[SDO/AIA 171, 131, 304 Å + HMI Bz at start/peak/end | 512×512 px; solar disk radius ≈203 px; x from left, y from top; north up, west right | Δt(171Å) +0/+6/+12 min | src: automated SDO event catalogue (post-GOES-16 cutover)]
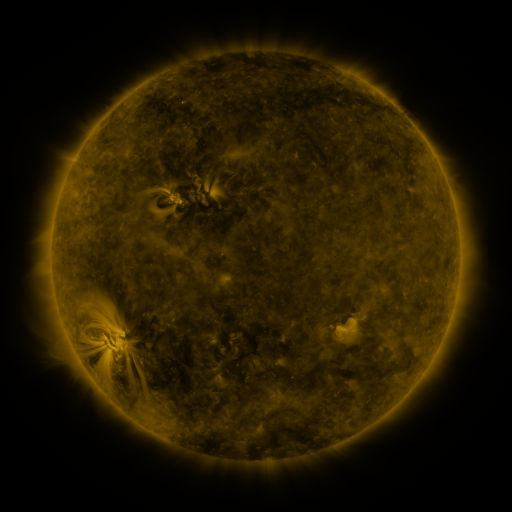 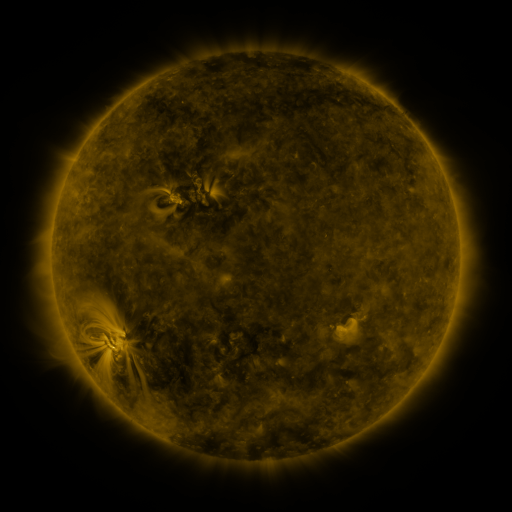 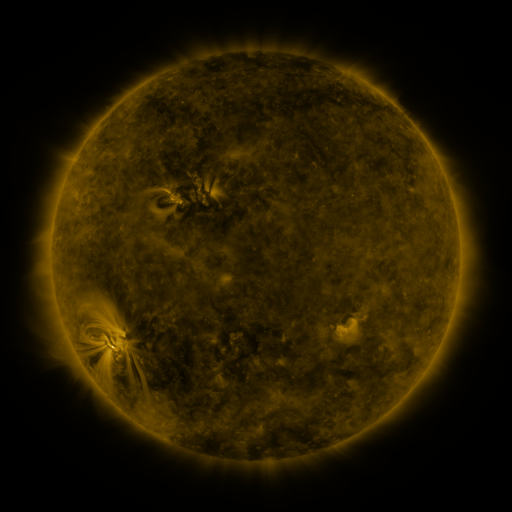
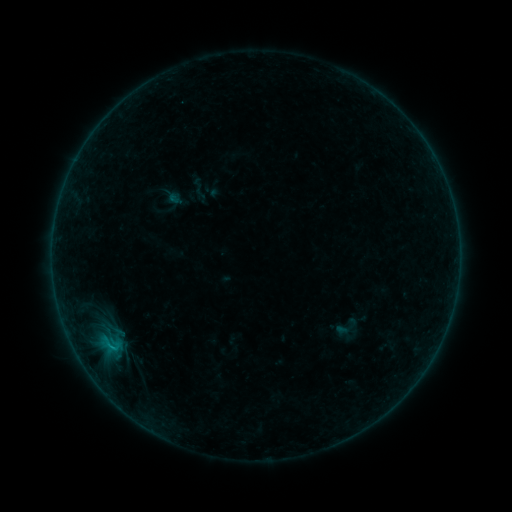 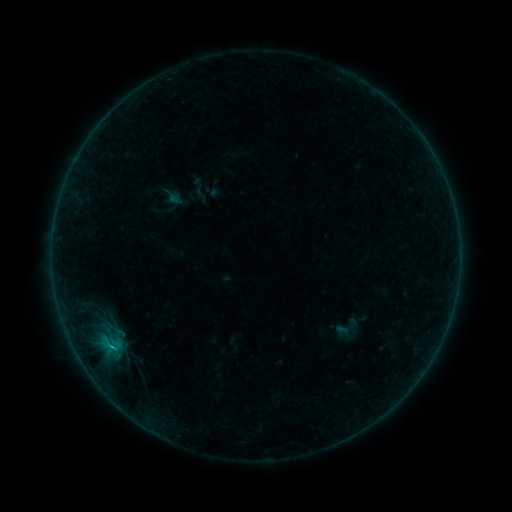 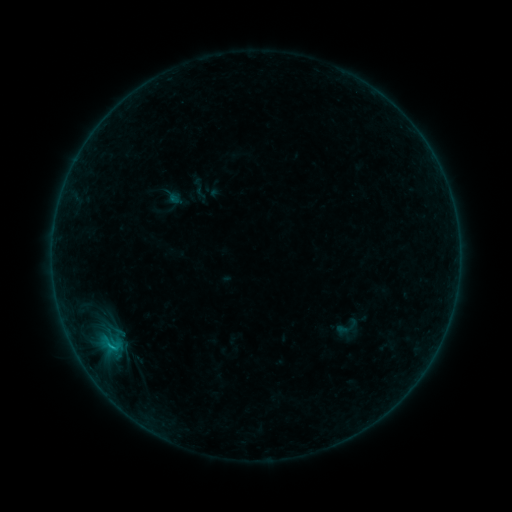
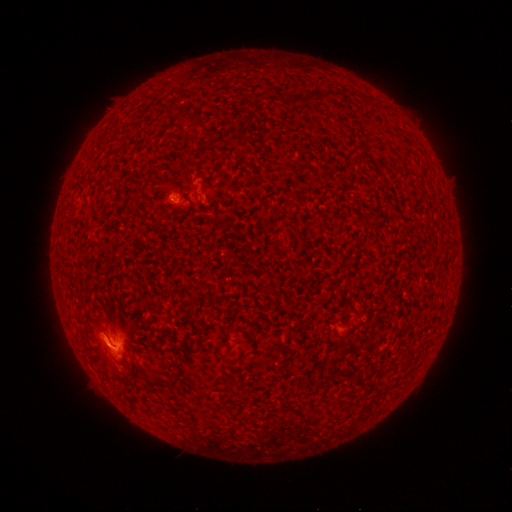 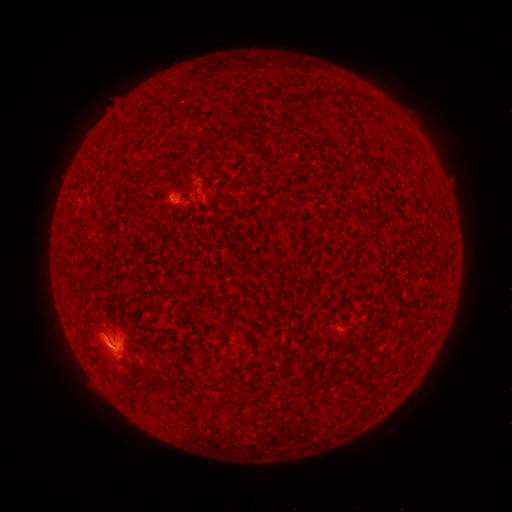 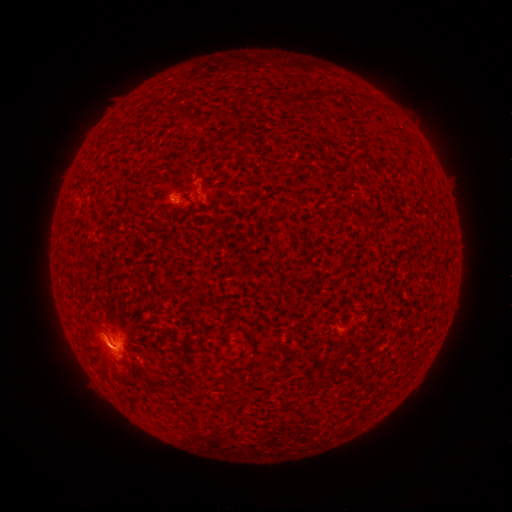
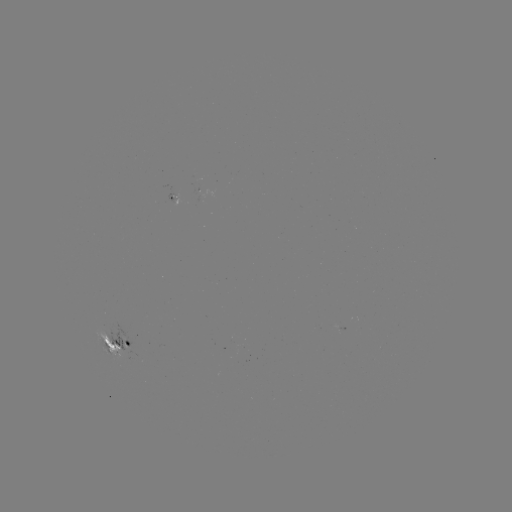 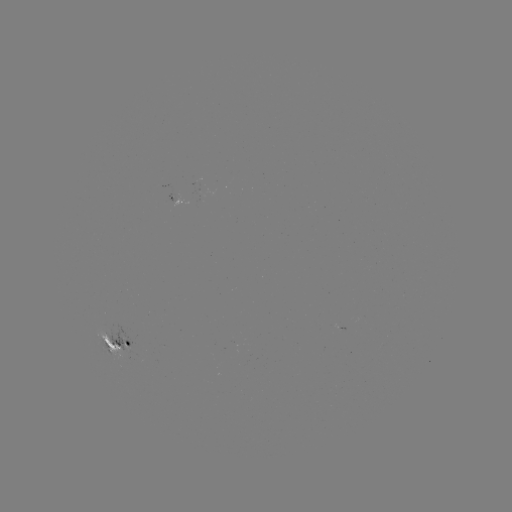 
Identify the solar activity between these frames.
C1.2 flare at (113, 346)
